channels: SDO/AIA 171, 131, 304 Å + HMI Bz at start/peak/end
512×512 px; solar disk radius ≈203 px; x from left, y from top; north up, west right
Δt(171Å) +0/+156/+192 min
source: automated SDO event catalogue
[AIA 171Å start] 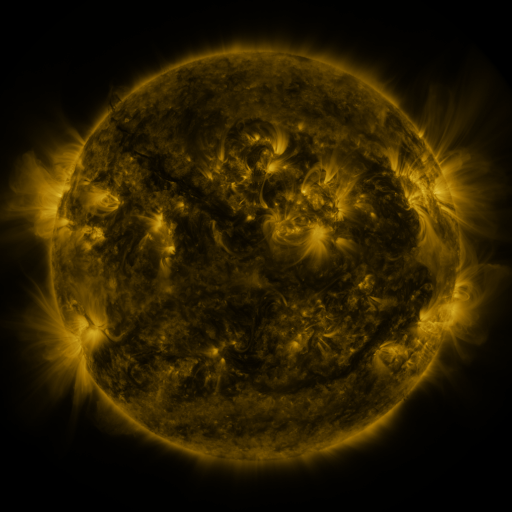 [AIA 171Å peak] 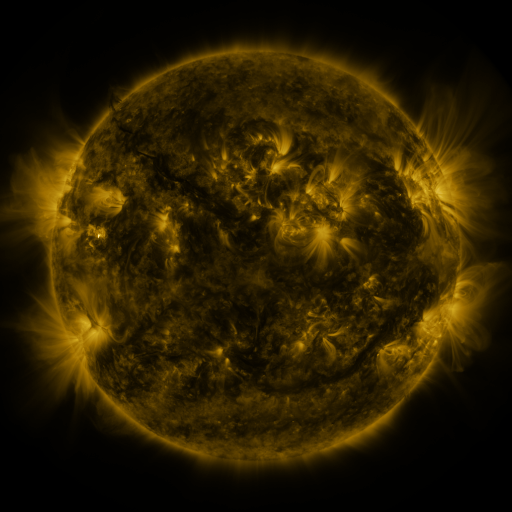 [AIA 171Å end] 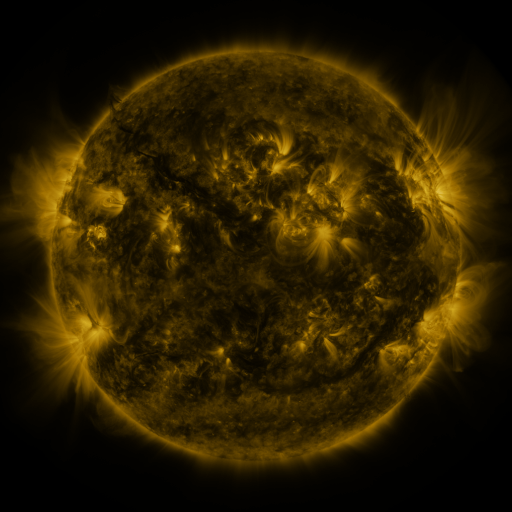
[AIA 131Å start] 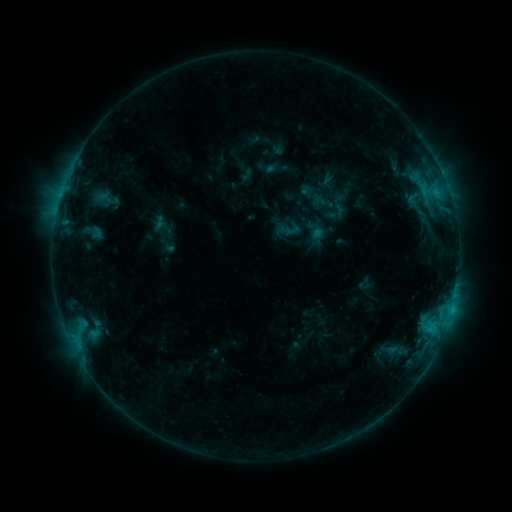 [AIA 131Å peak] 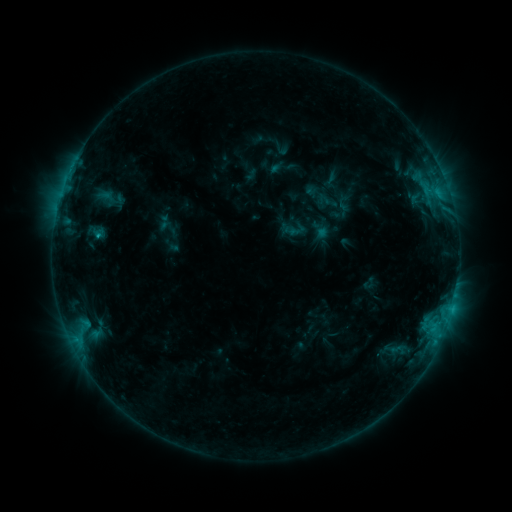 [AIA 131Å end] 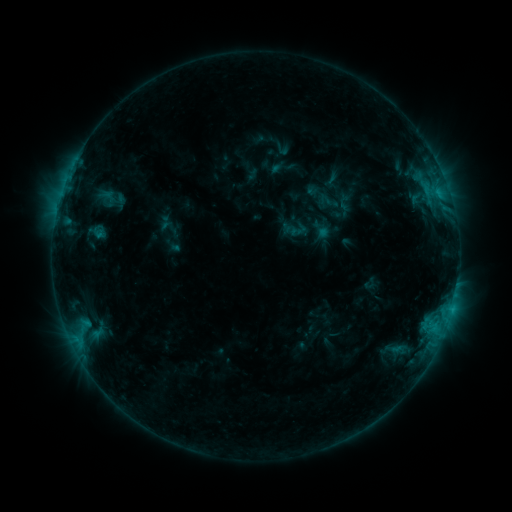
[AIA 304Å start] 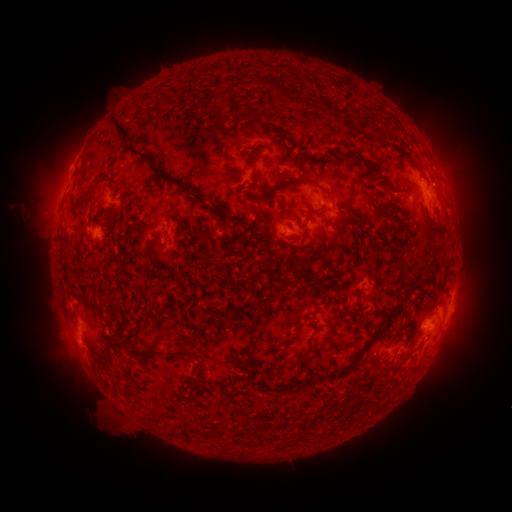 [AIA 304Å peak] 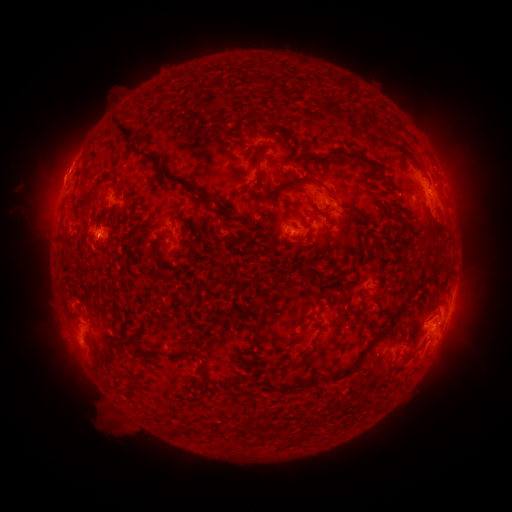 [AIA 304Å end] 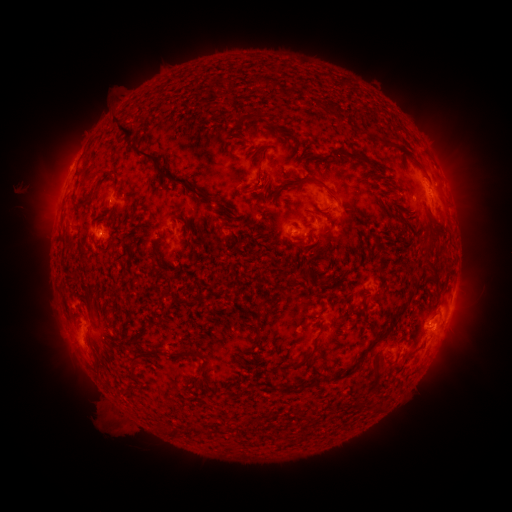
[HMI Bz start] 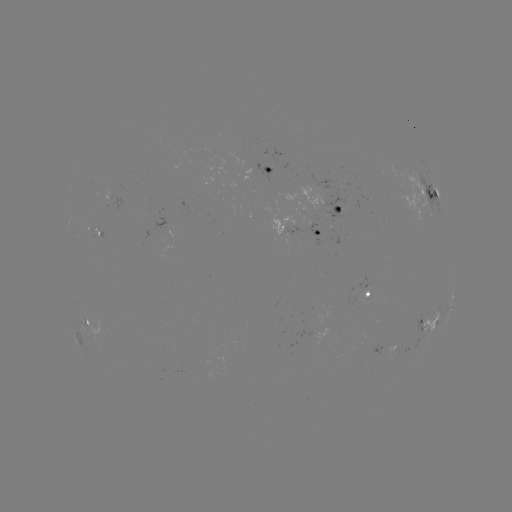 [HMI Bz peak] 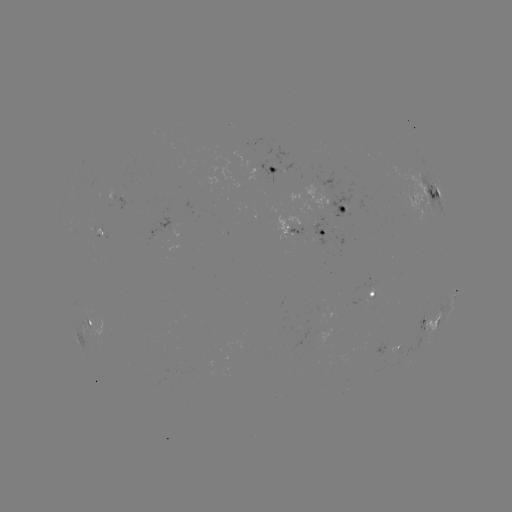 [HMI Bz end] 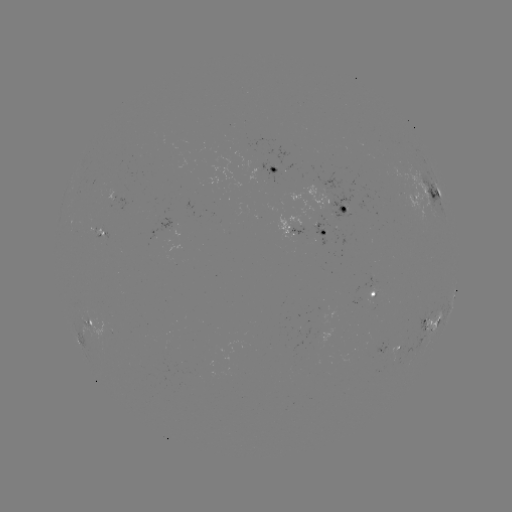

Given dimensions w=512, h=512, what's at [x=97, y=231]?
emerging-flux region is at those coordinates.